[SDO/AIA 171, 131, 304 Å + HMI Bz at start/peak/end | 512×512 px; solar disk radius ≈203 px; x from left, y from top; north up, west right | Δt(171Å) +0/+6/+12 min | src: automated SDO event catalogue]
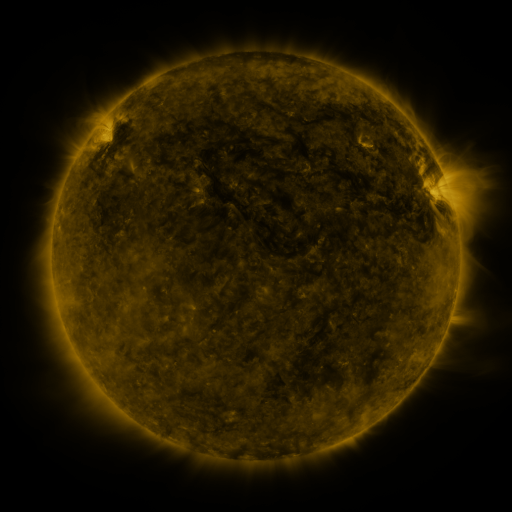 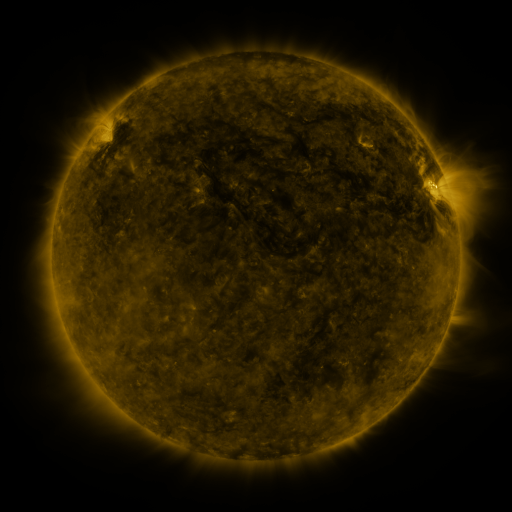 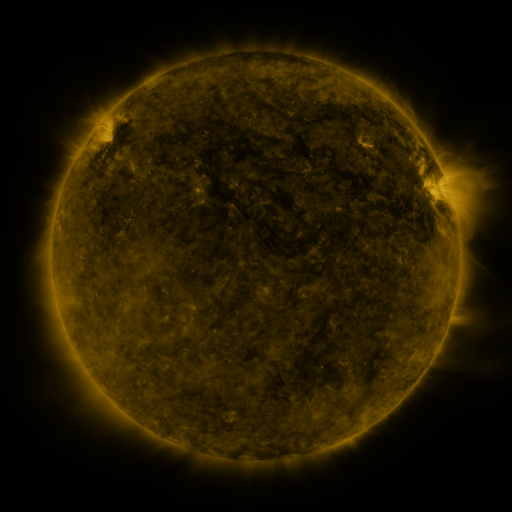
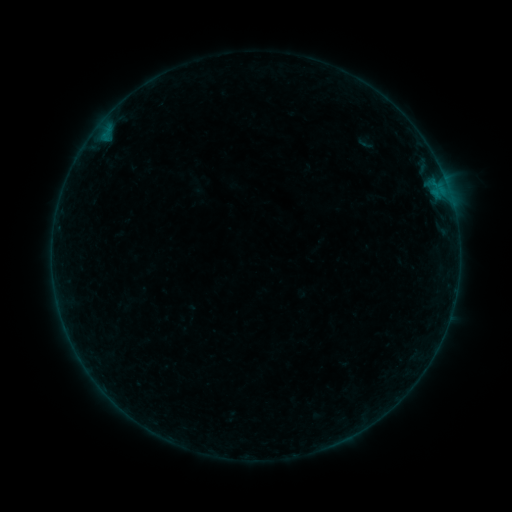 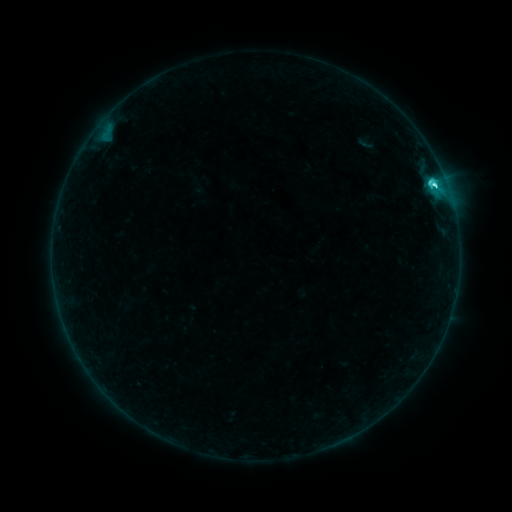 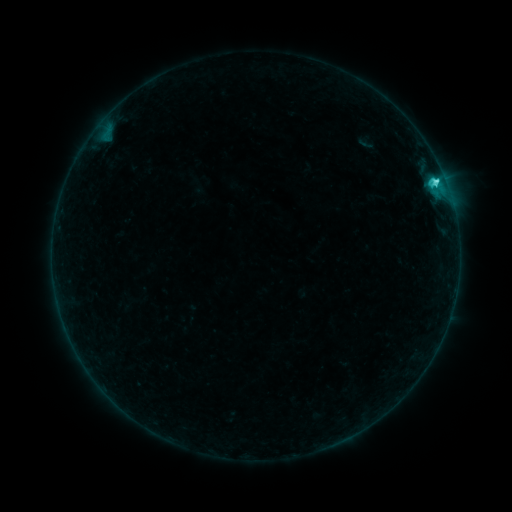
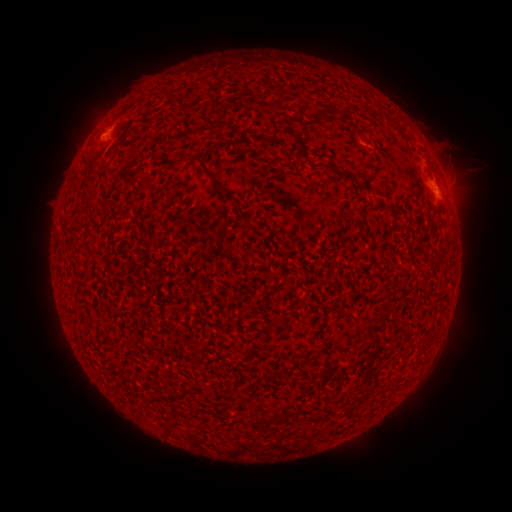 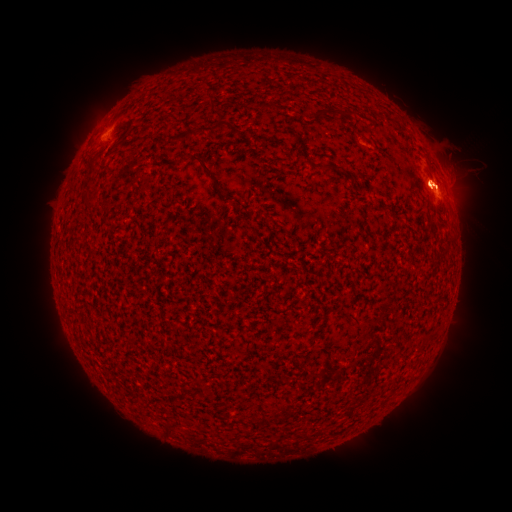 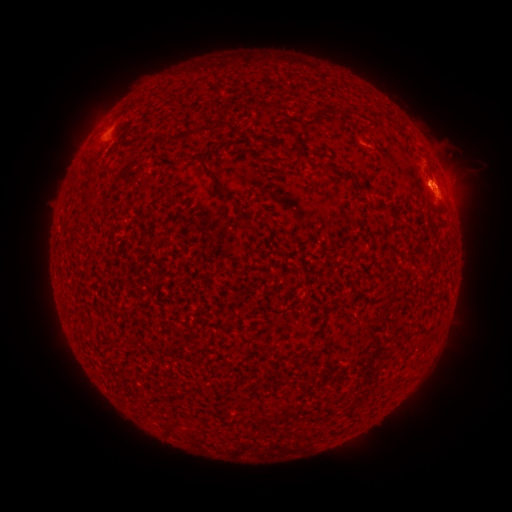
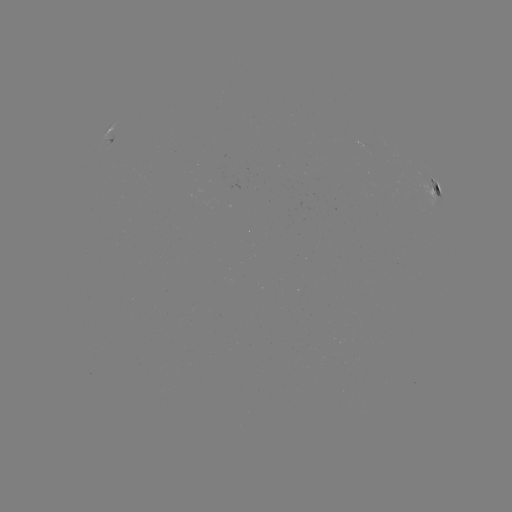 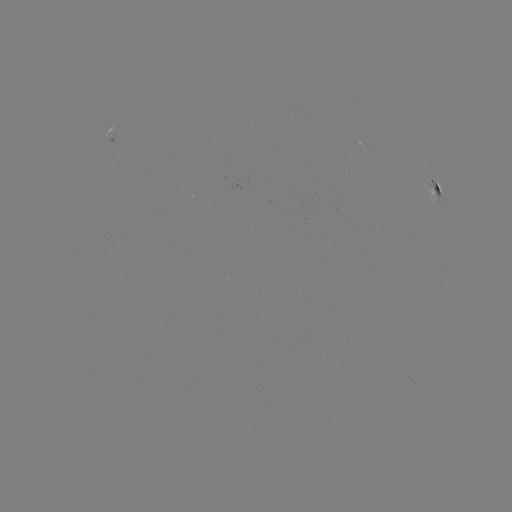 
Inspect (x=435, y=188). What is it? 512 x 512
C5.7 flare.